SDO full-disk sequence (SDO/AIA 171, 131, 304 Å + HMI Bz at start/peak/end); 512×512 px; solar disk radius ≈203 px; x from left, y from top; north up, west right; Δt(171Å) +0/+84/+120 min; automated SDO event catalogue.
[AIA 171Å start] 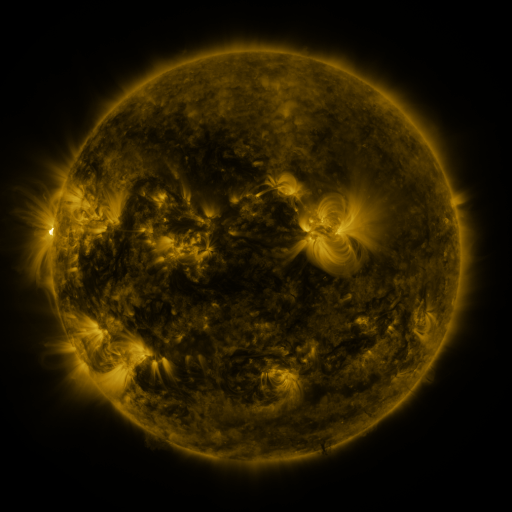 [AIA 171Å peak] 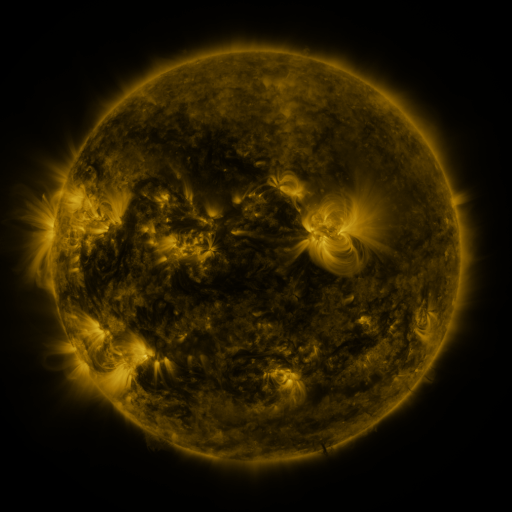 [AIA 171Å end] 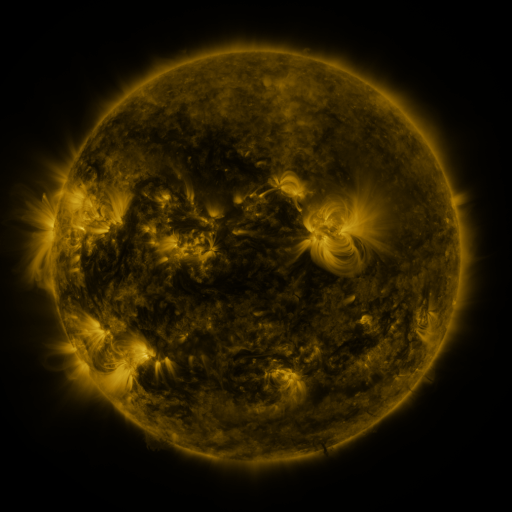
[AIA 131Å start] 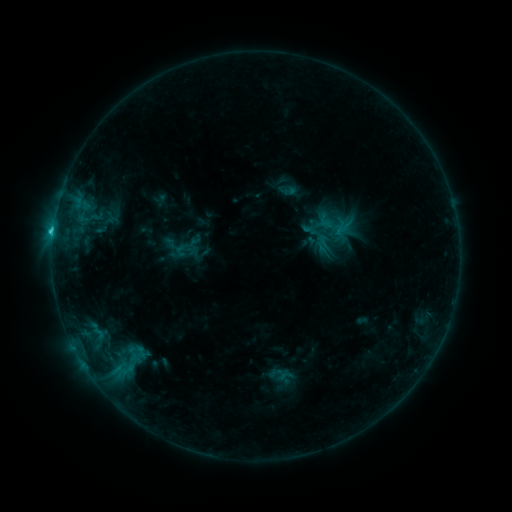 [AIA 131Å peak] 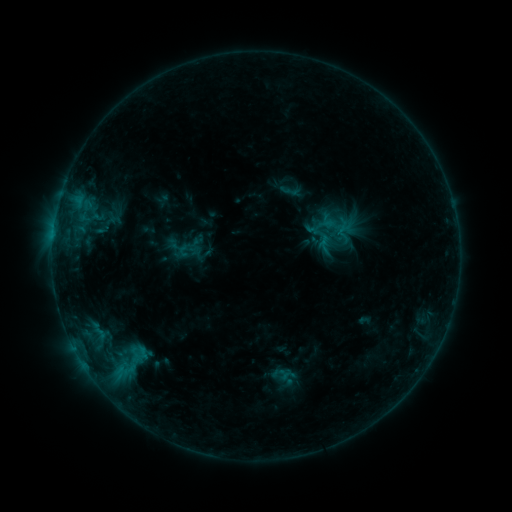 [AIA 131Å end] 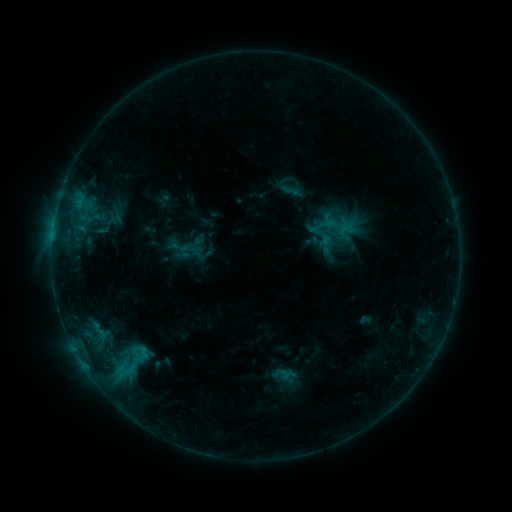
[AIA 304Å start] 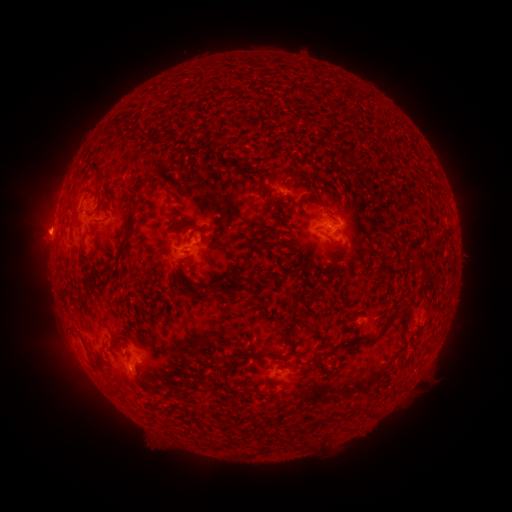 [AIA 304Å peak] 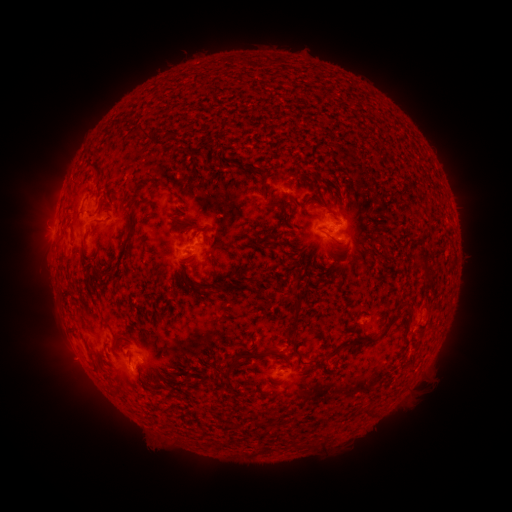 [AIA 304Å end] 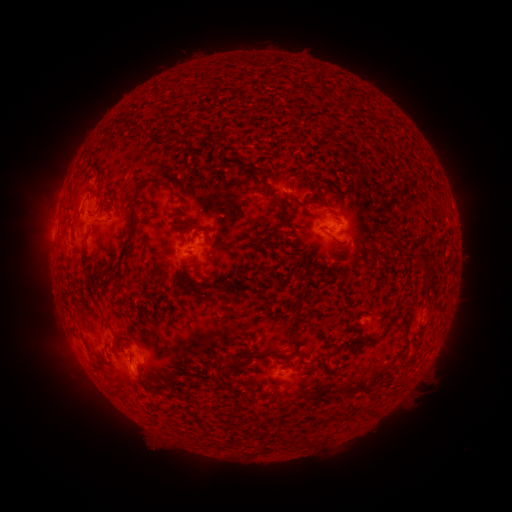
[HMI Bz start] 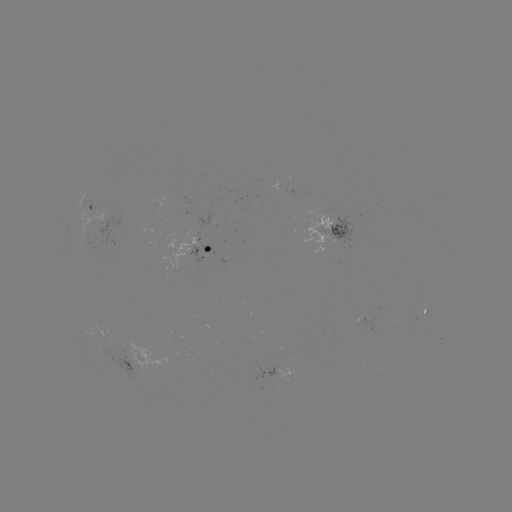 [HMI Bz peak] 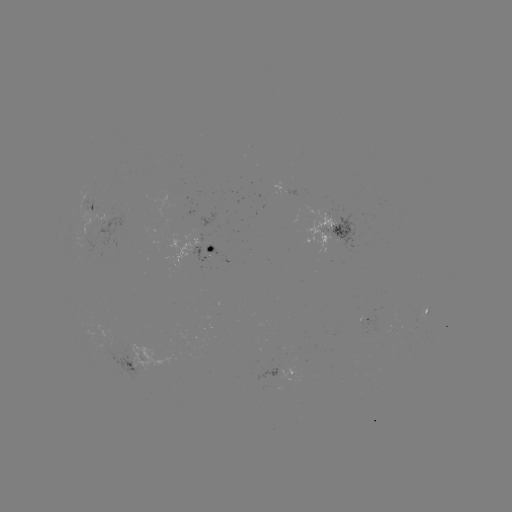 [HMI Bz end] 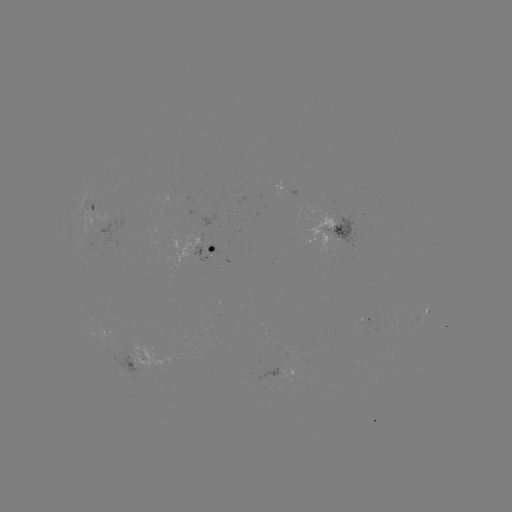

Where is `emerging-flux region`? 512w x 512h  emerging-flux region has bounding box [83, 333, 151, 385].